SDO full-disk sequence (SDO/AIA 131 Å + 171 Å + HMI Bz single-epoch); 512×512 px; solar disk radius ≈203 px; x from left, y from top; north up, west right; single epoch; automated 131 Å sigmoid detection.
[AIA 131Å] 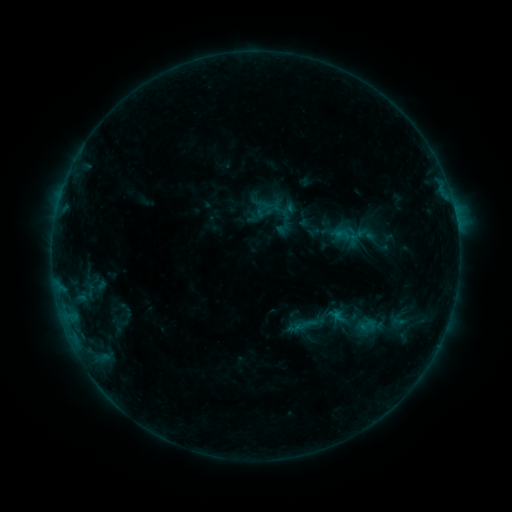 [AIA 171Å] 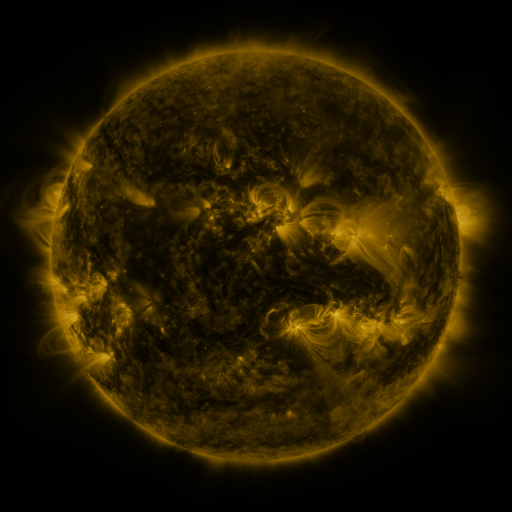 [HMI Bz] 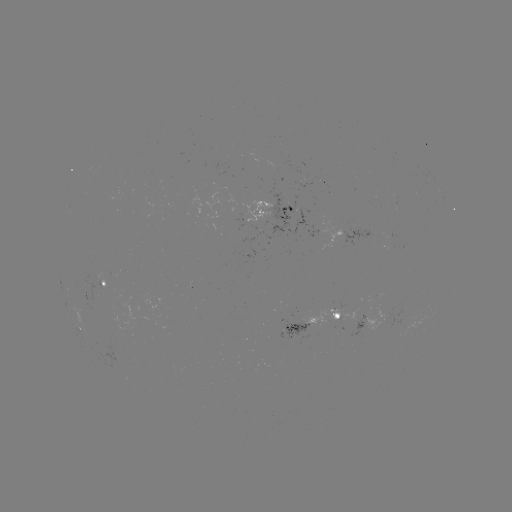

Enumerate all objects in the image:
sigmoid: (356, 226, 375, 244)
sigmoid: (359, 316, 376, 334)
